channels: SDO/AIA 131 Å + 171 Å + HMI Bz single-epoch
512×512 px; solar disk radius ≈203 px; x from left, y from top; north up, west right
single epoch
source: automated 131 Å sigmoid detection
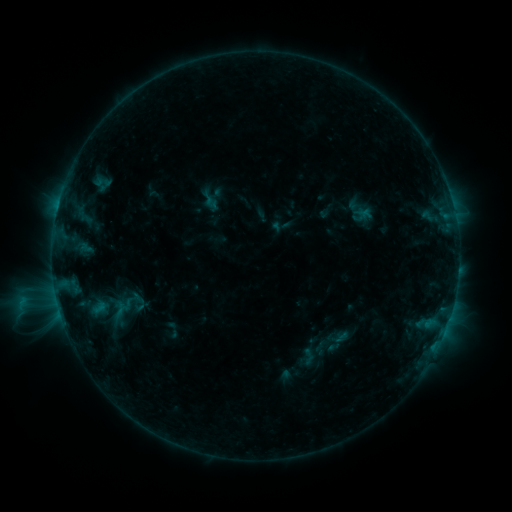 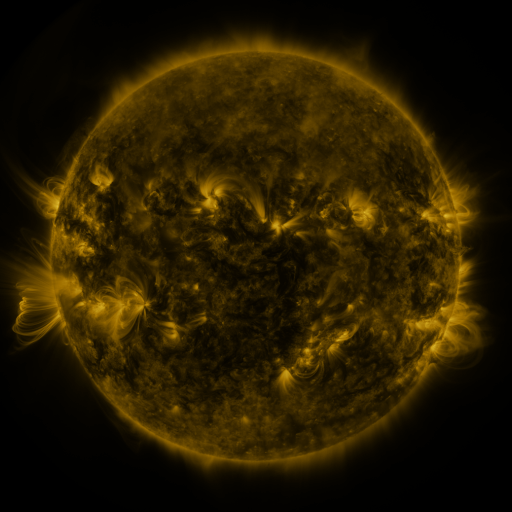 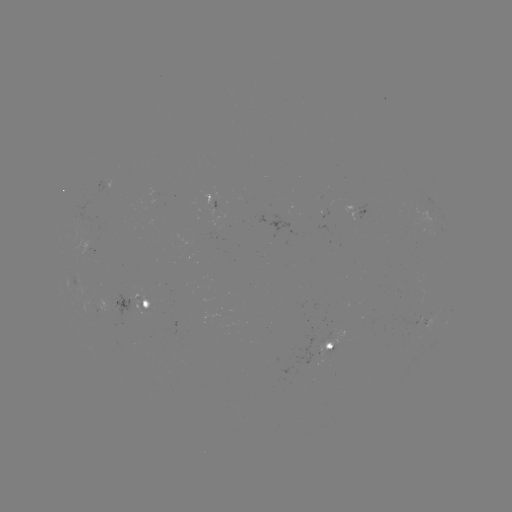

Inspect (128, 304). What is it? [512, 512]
sigmoid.